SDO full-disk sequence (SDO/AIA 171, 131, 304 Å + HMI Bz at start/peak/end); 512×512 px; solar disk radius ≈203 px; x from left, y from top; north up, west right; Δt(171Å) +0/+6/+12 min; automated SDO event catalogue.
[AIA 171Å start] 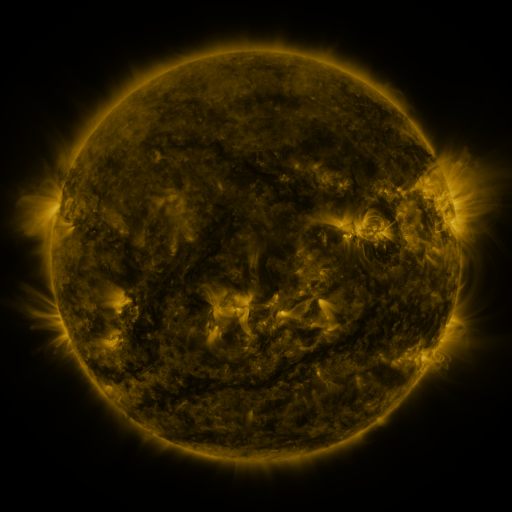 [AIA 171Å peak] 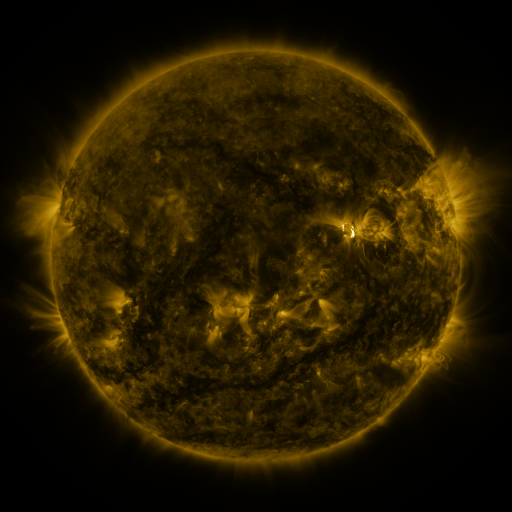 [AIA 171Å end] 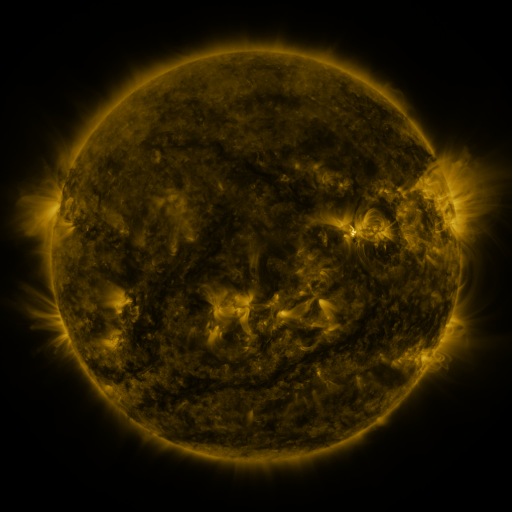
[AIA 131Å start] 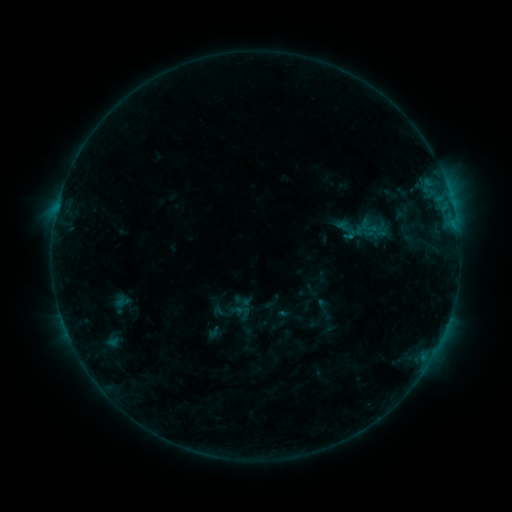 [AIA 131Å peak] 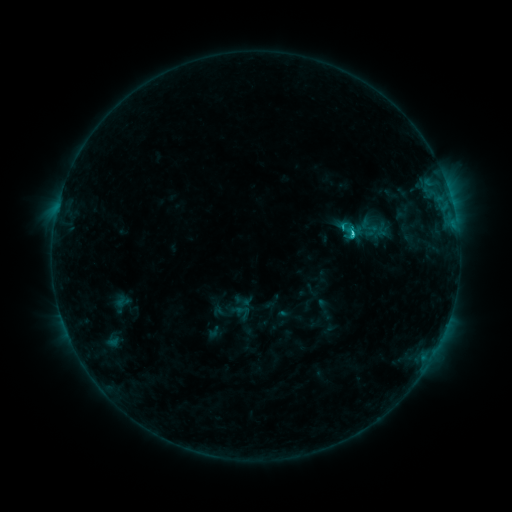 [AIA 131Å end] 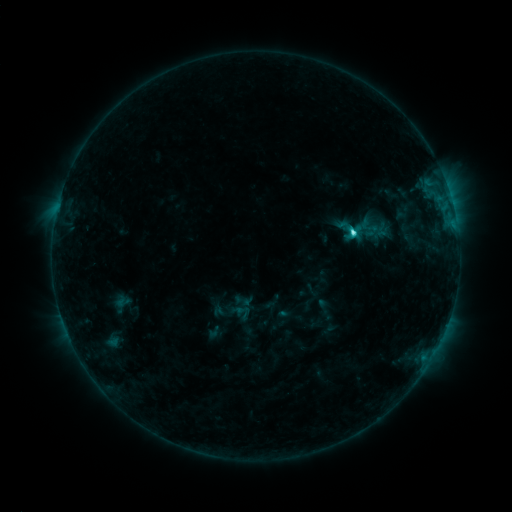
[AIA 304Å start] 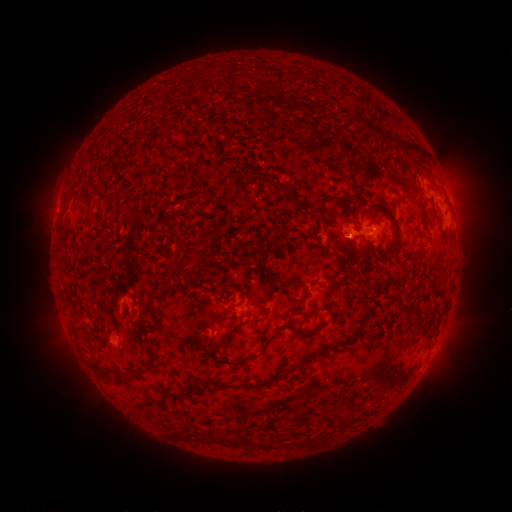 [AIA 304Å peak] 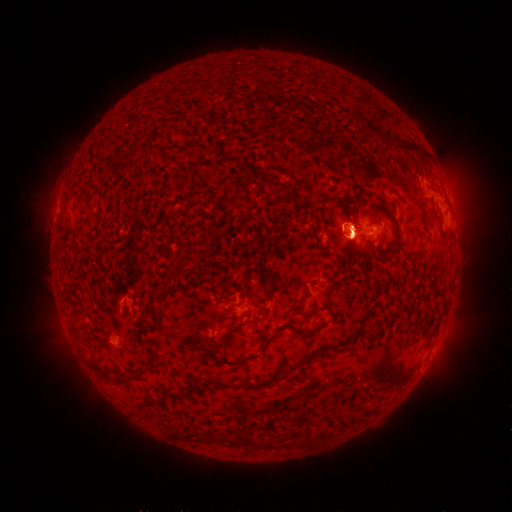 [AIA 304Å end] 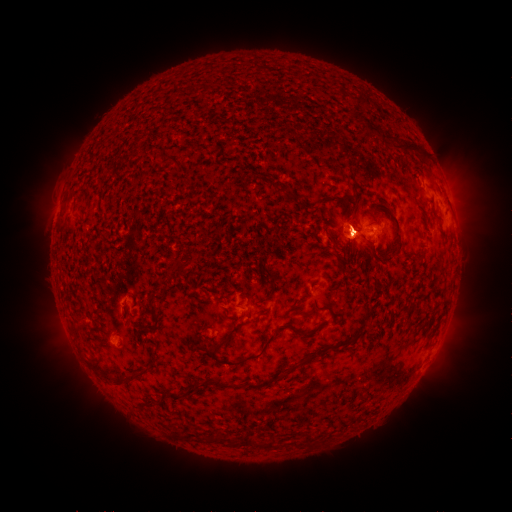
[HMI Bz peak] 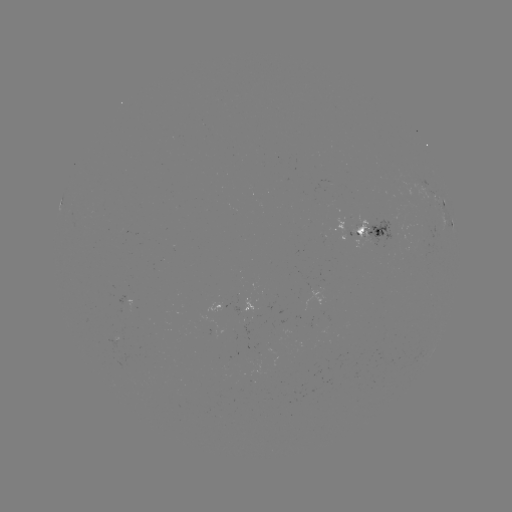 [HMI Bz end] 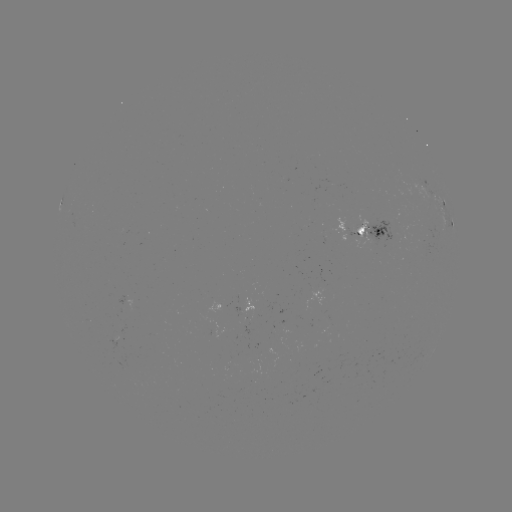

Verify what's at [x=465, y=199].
eruption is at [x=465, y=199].